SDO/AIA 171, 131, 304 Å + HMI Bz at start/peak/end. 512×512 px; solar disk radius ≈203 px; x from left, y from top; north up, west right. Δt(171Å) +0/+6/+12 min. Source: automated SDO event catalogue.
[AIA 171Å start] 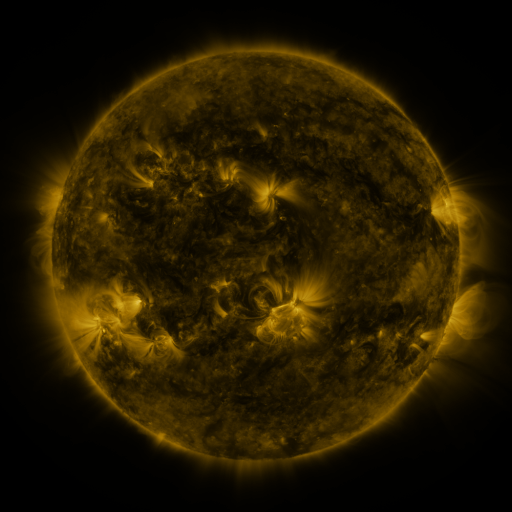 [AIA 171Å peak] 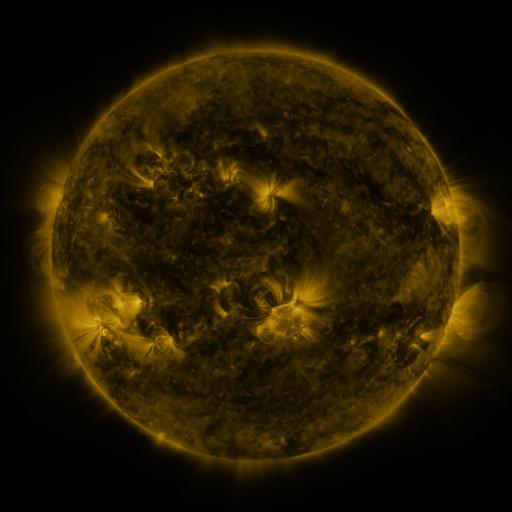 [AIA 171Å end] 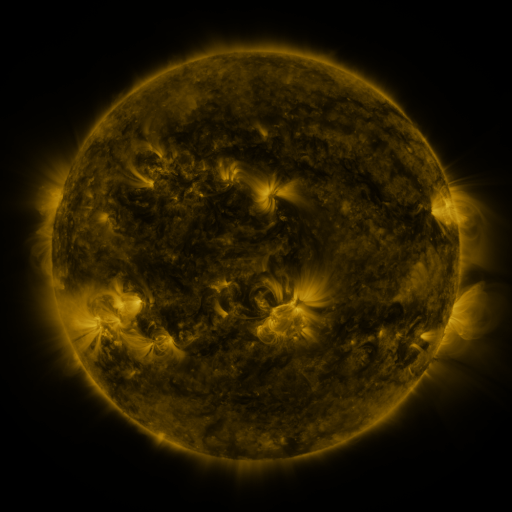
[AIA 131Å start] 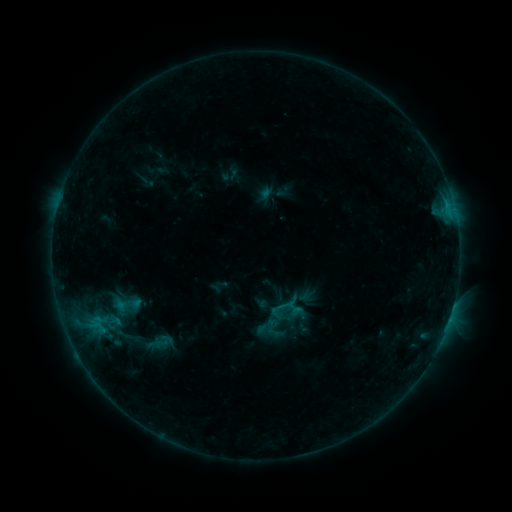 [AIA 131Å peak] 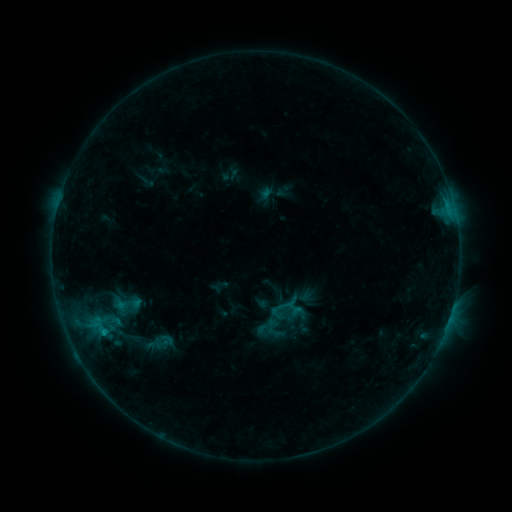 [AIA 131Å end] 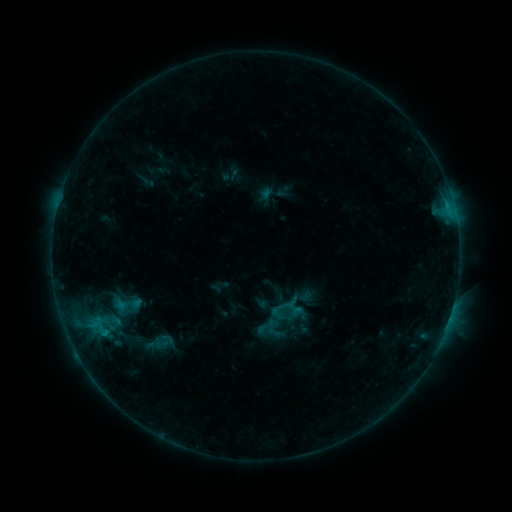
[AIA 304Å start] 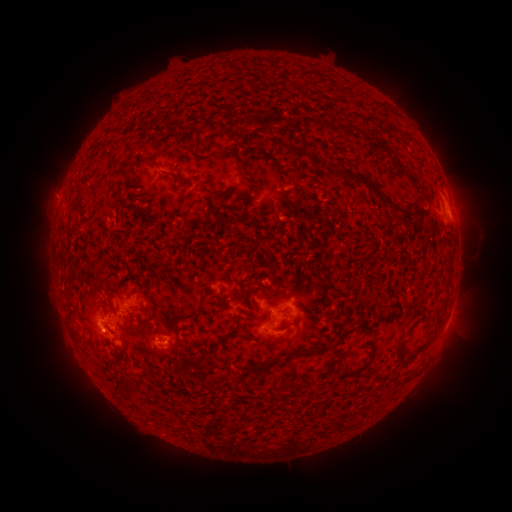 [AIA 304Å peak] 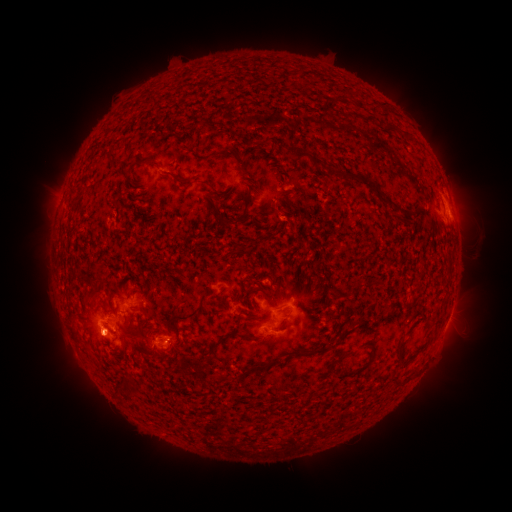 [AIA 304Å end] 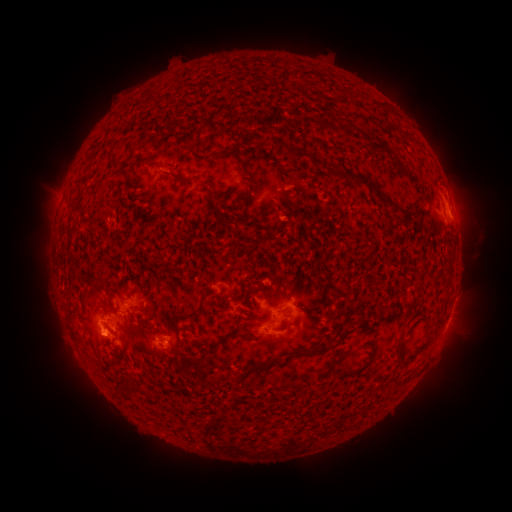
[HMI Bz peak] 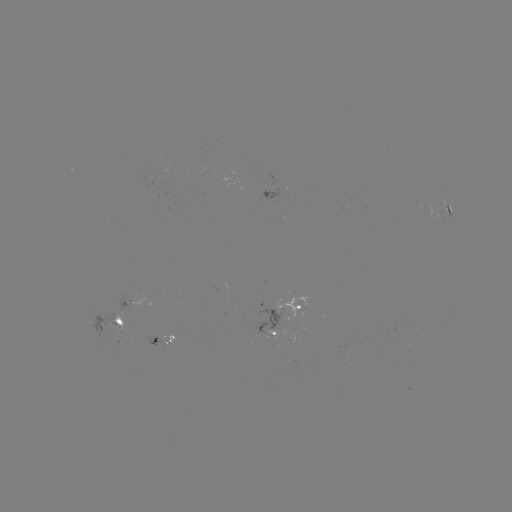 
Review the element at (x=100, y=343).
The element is eruption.